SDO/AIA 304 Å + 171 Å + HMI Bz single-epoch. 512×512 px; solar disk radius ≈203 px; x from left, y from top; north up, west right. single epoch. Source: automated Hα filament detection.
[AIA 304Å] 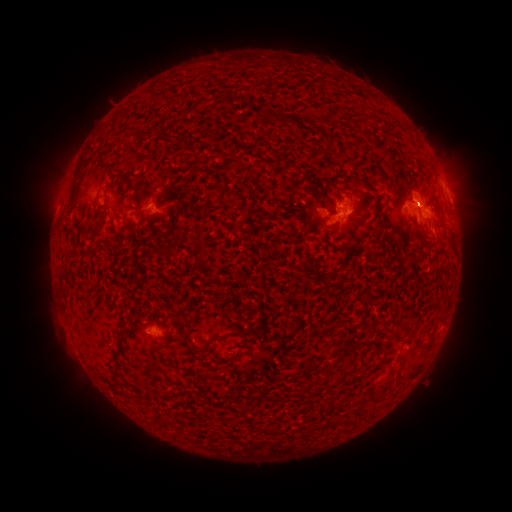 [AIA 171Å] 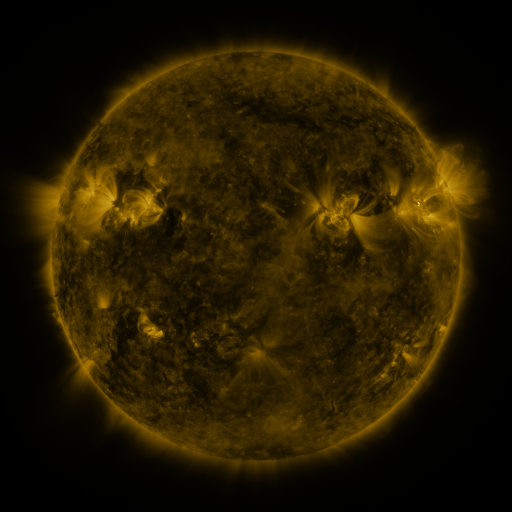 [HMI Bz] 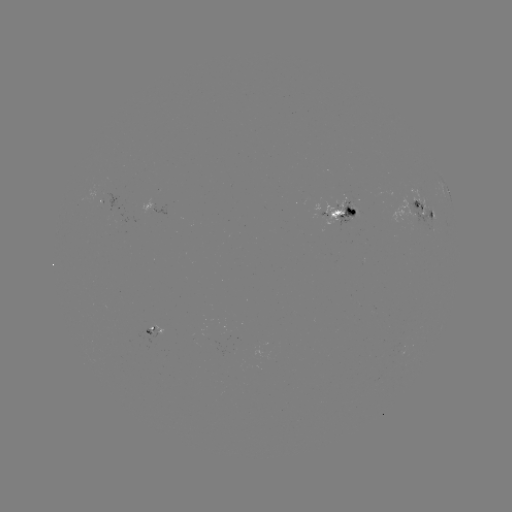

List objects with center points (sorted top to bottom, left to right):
filament: (158, 98)
filament: (282, 117)
filament: (351, 118)
filament: (134, 175)
filament: (359, 181)
filament: (74, 185)
filament: (338, 190)
filament: (135, 203)
filament: (374, 206)
filament: (179, 208)
filament: (379, 232)
filament: (180, 233)
filament: (122, 331)
filament: (411, 332)
filament: (232, 335)
filament: (165, 340)
filament: (335, 363)
filament: (117, 367)
filament: (392, 372)
filament: (410, 375)
filament: (332, 405)
